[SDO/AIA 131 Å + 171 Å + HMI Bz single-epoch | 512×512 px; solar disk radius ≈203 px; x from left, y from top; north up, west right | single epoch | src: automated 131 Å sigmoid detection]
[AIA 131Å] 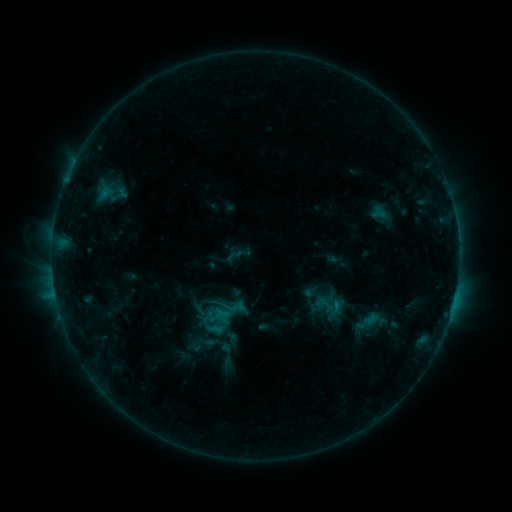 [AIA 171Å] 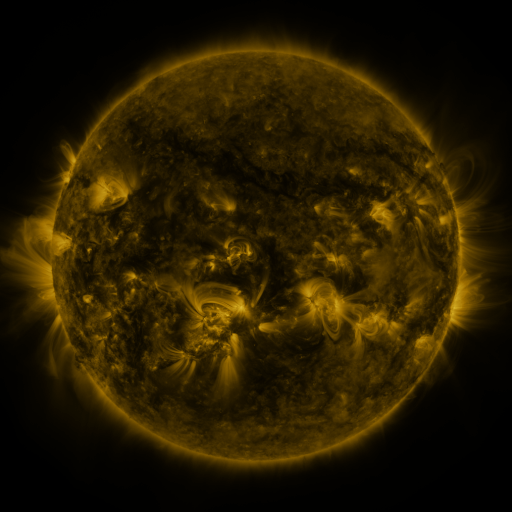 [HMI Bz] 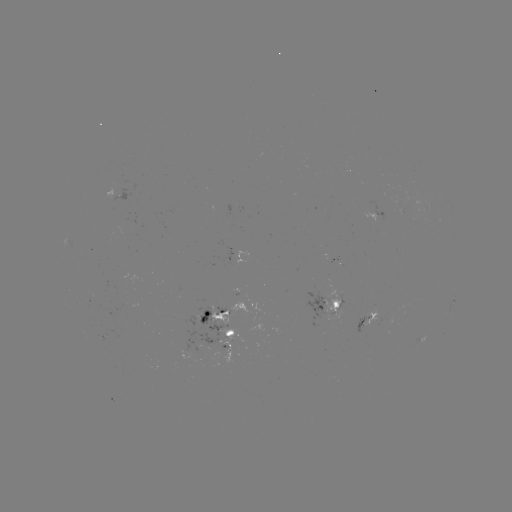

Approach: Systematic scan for sigmoid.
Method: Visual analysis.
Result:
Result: sigmoid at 202,351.